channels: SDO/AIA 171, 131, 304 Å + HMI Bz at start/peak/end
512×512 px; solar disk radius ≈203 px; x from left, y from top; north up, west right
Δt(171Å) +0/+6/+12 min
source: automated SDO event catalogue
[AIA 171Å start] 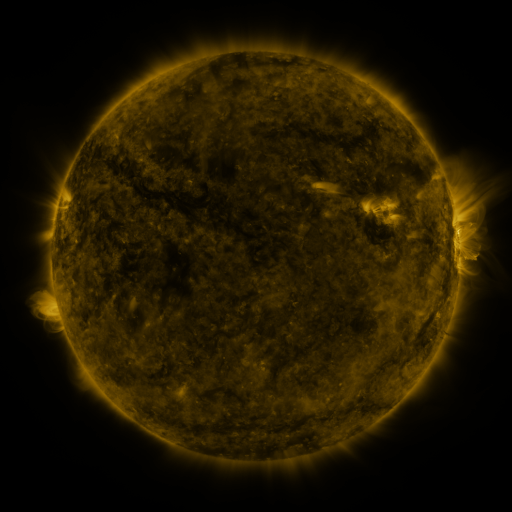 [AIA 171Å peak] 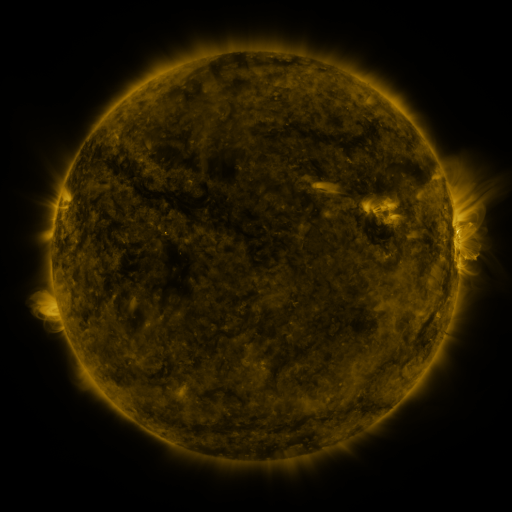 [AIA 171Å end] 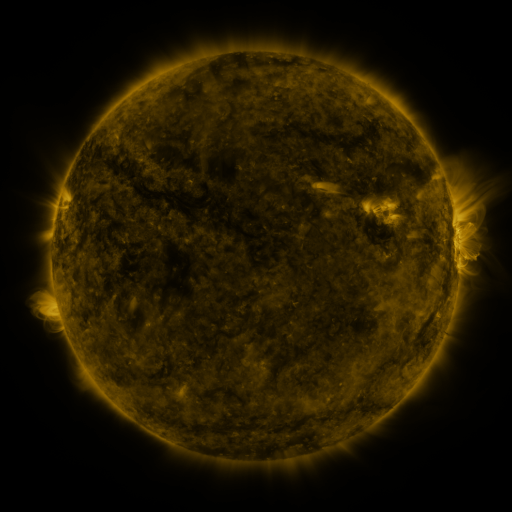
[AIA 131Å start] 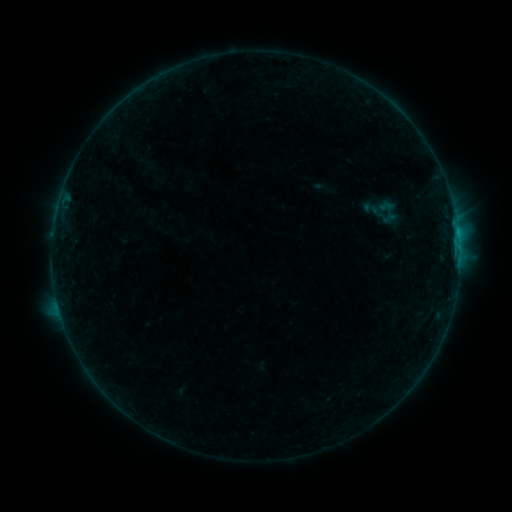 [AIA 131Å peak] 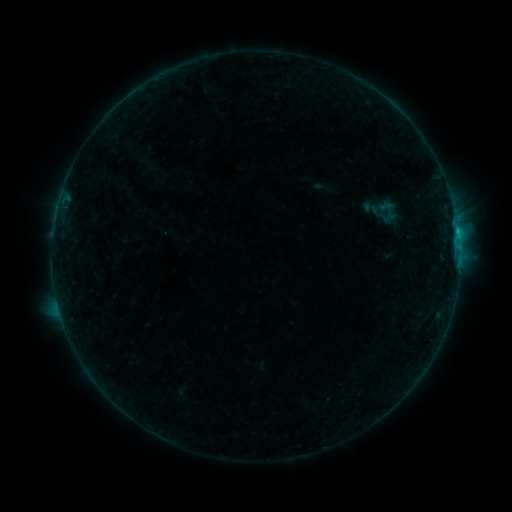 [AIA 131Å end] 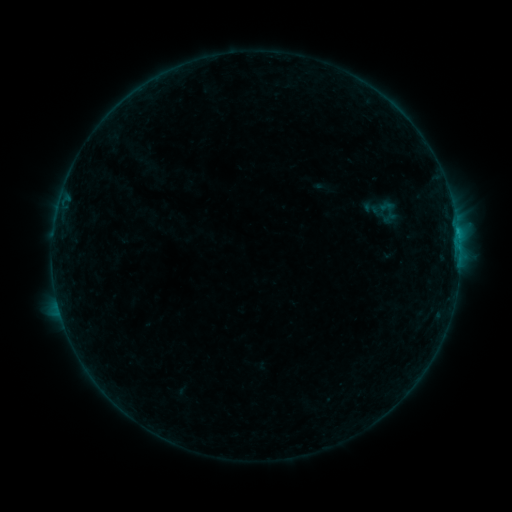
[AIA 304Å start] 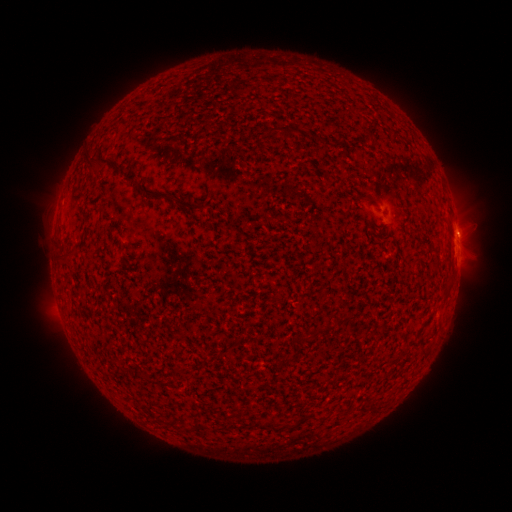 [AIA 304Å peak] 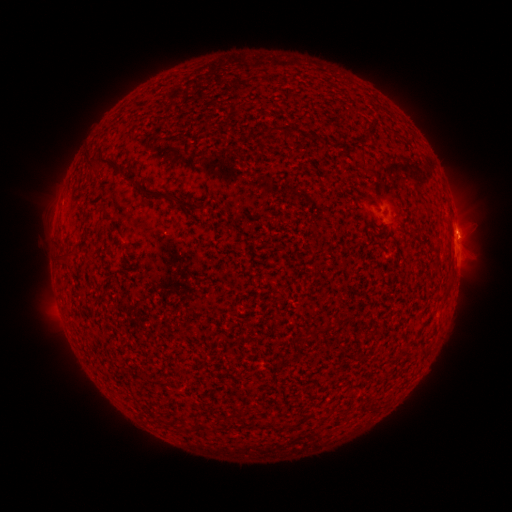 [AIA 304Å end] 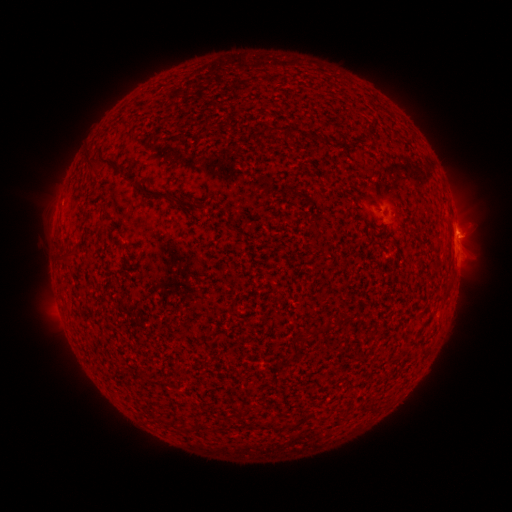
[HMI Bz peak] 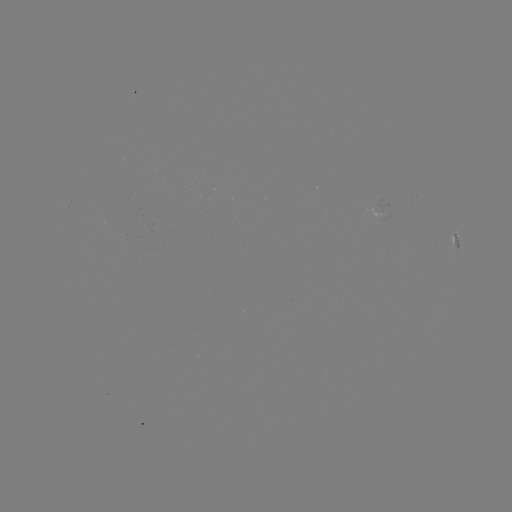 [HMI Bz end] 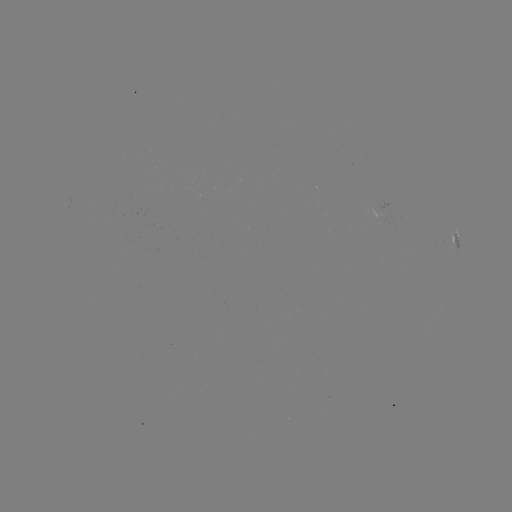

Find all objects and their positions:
B6.6 flare: (457, 231)
